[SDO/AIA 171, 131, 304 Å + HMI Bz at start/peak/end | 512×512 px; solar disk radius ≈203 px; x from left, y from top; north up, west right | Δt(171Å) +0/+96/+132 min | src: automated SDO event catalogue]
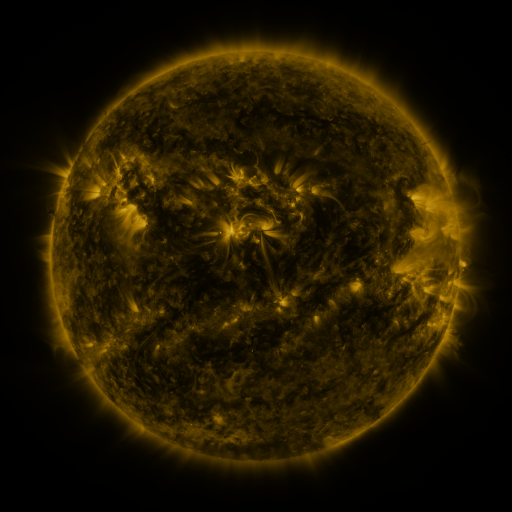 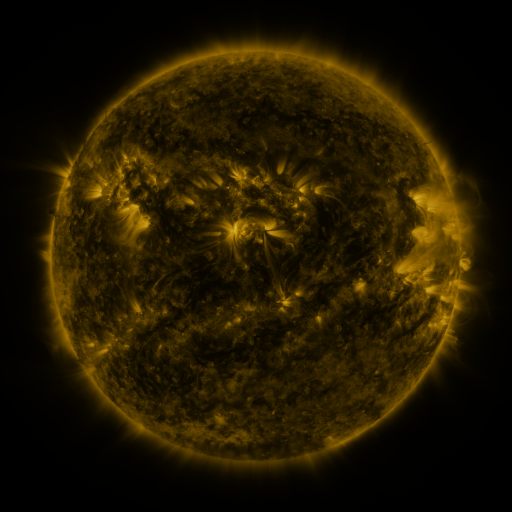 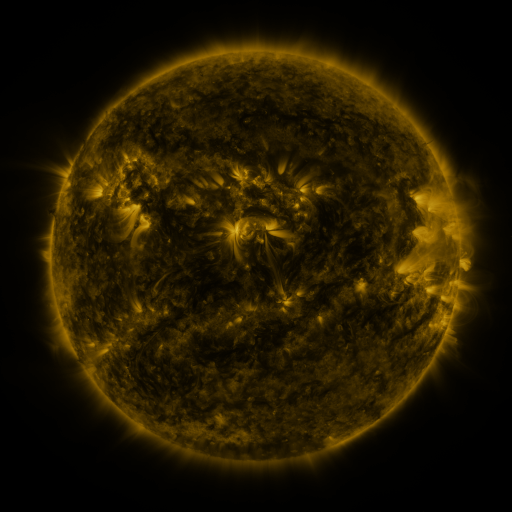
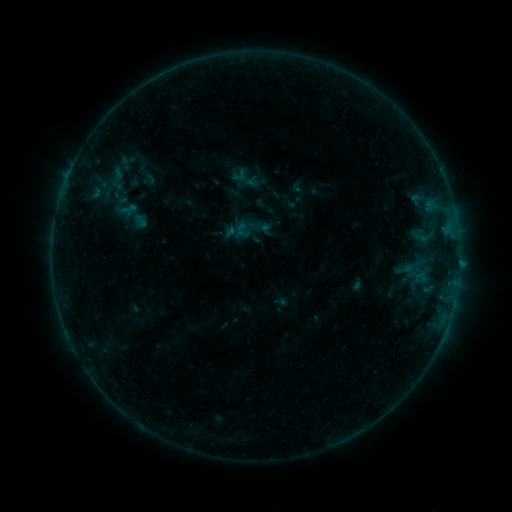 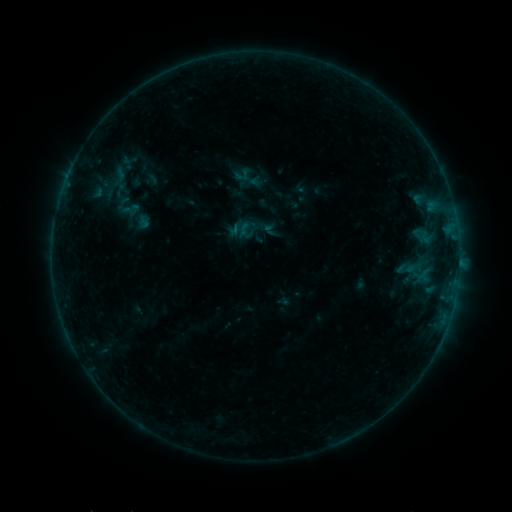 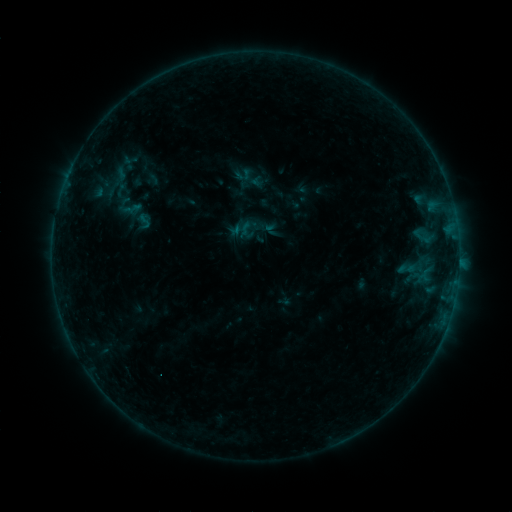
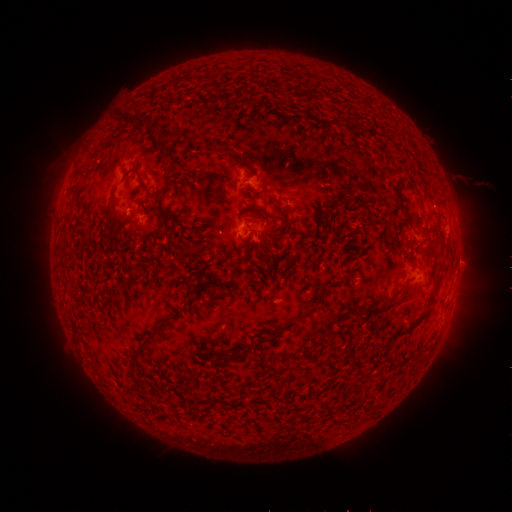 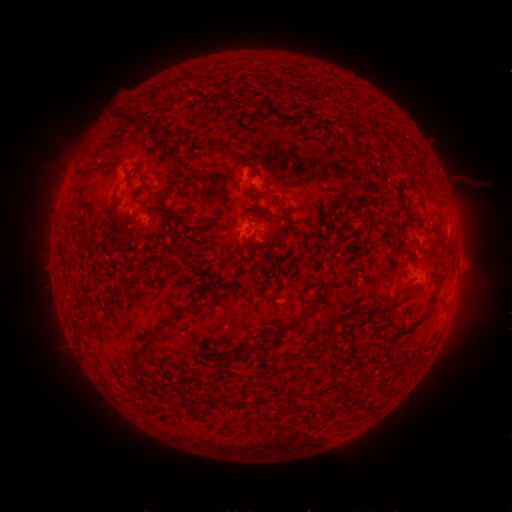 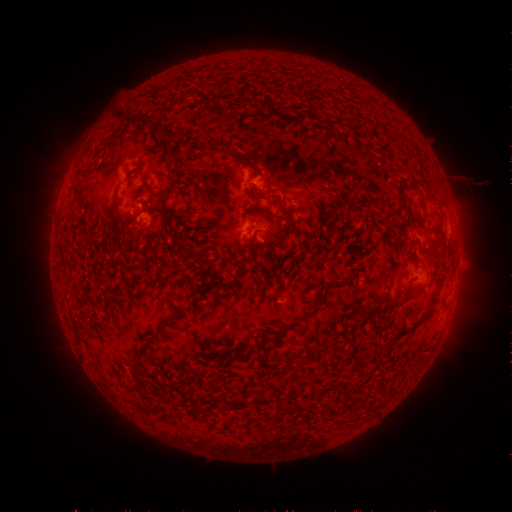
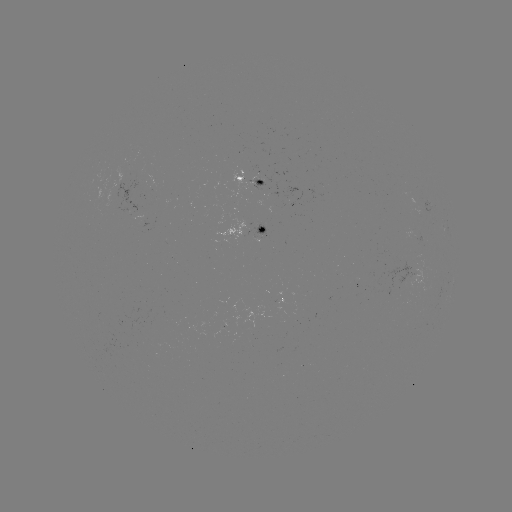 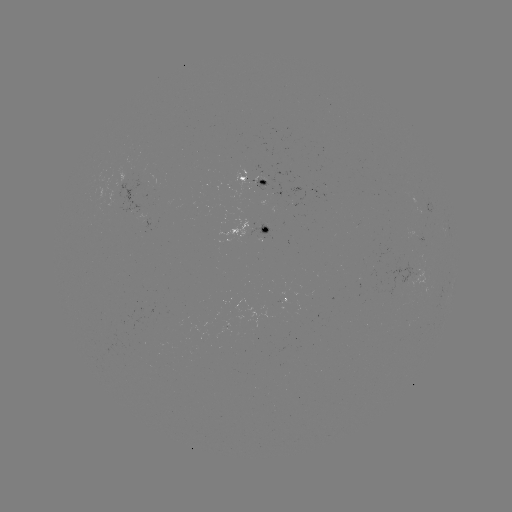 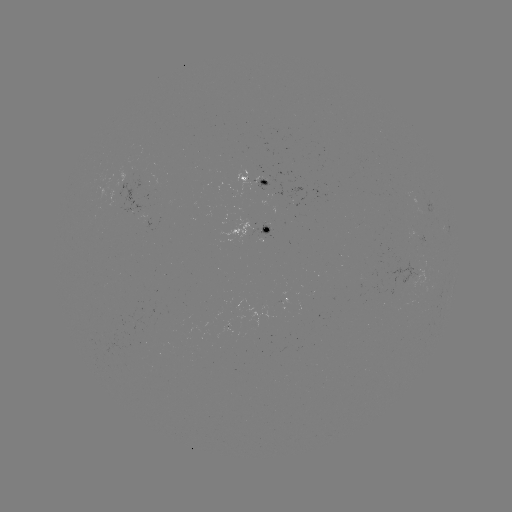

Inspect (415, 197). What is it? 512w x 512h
emerging-flux region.